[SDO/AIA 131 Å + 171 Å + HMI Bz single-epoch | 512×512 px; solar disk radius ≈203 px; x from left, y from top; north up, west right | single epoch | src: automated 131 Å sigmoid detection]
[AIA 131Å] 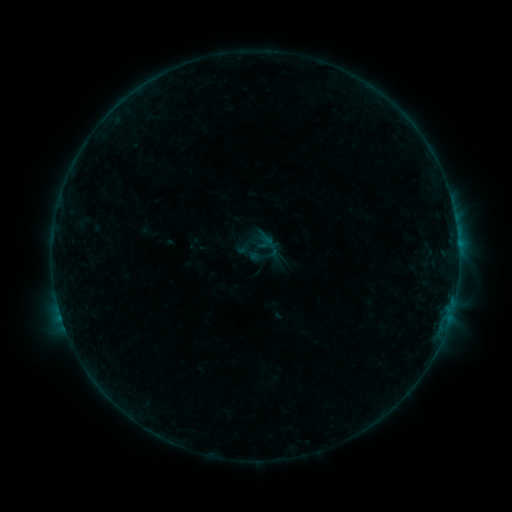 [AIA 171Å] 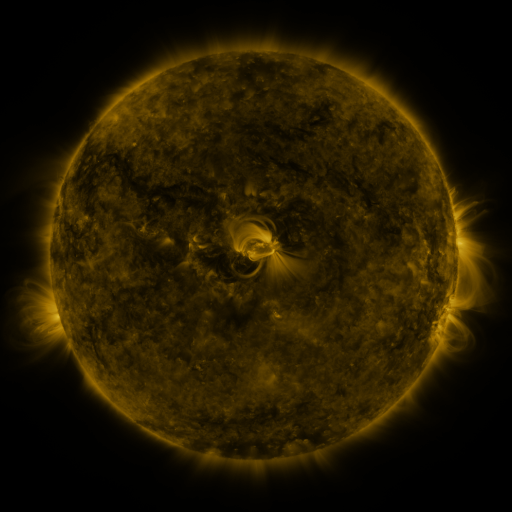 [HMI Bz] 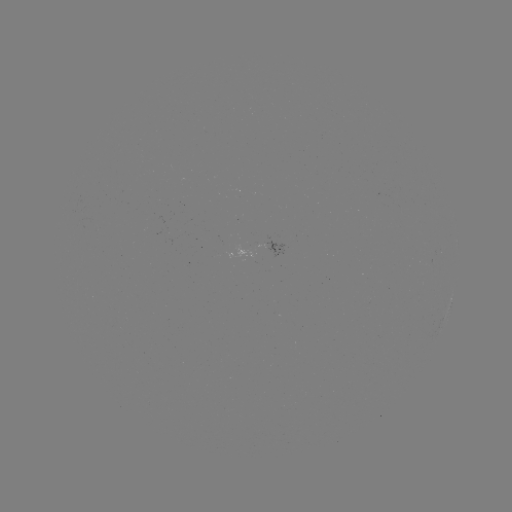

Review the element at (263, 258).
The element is sigmoid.